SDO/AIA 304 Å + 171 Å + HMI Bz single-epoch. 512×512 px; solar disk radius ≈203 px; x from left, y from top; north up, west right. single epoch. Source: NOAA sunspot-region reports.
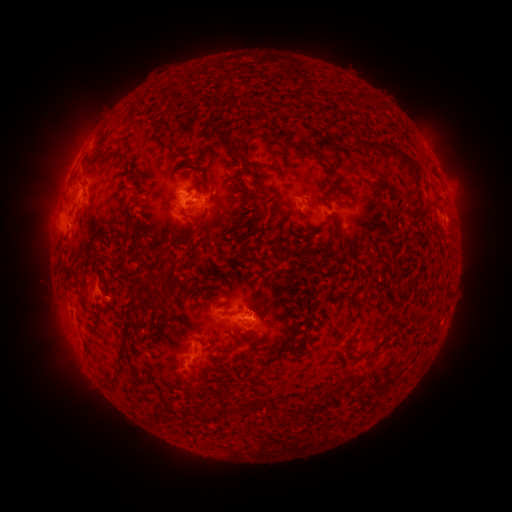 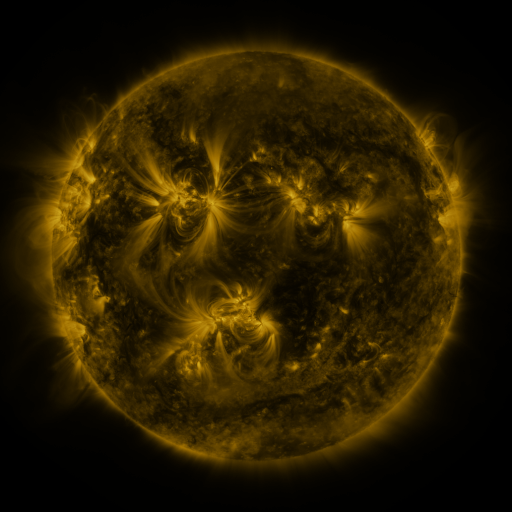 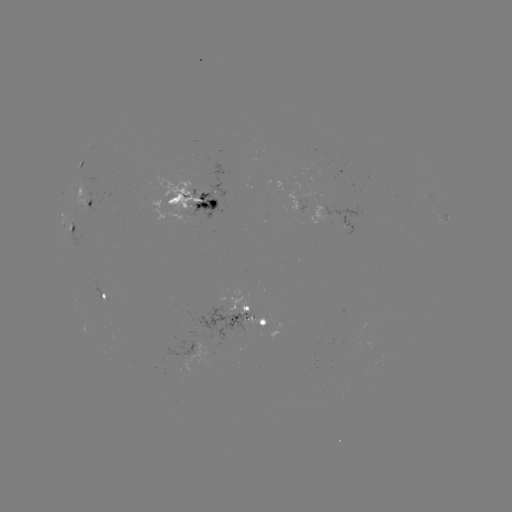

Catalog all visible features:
spotted active region: (83, 160)
spotted active region: (190, 198)
spotted active region: (84, 199)
spotted active region: (446, 217)
spotted active region: (71, 233)
spotted active region: (104, 296)
spotted active region: (249, 318)
